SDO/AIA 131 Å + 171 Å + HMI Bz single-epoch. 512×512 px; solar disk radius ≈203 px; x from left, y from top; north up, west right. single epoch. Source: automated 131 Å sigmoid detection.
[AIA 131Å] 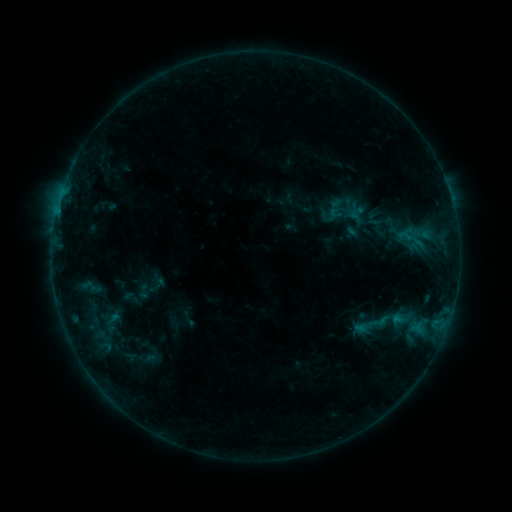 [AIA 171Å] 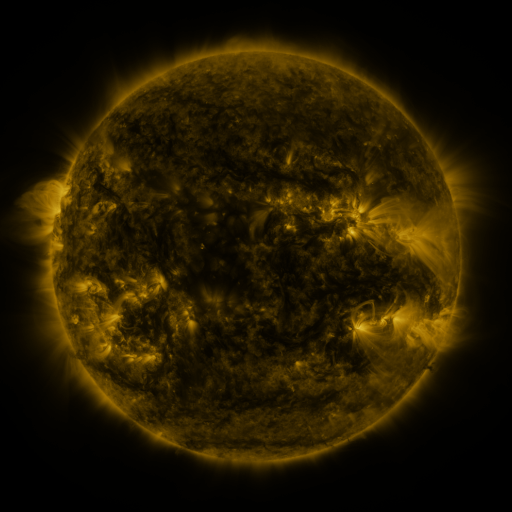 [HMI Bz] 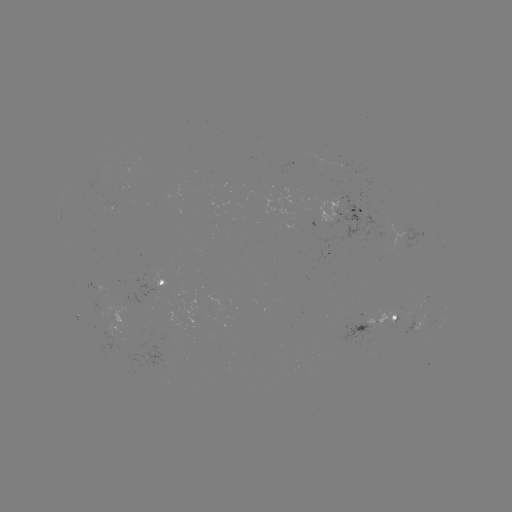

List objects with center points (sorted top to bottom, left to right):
sigmoid: [391, 308, 413, 331]
sigmoid: [91, 311, 131, 336]
